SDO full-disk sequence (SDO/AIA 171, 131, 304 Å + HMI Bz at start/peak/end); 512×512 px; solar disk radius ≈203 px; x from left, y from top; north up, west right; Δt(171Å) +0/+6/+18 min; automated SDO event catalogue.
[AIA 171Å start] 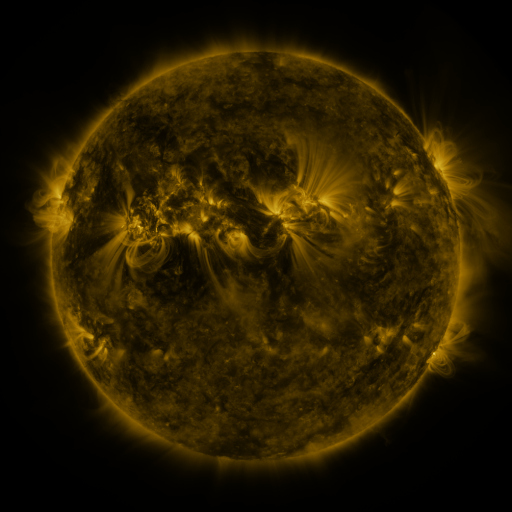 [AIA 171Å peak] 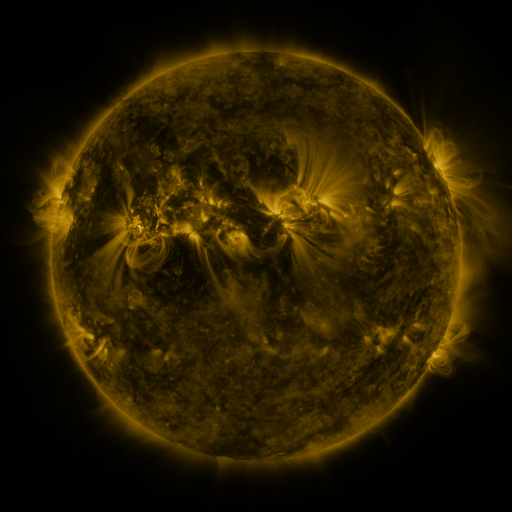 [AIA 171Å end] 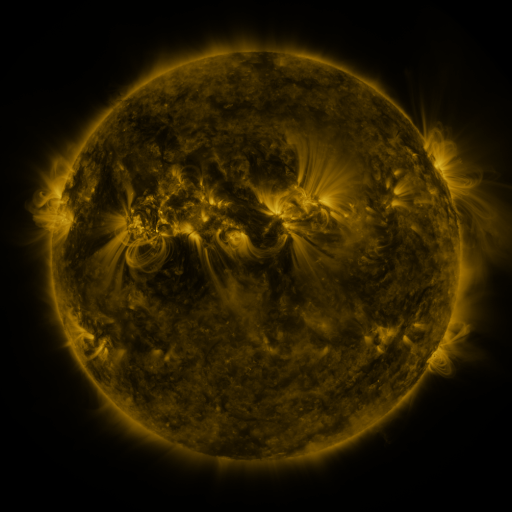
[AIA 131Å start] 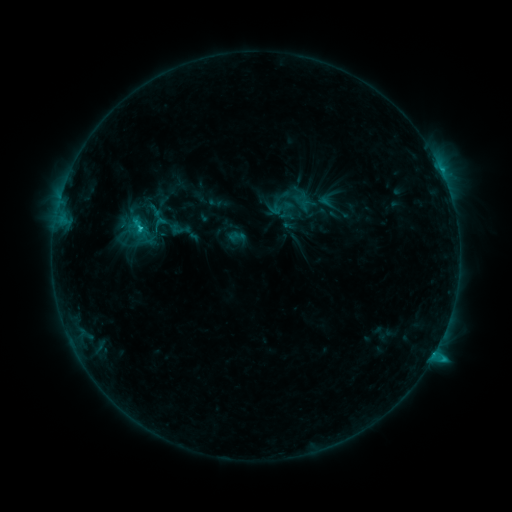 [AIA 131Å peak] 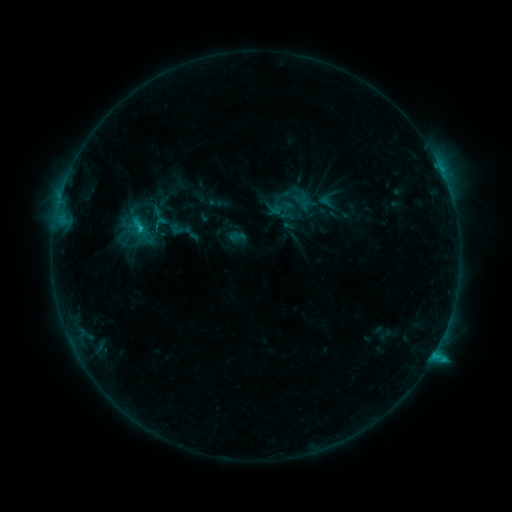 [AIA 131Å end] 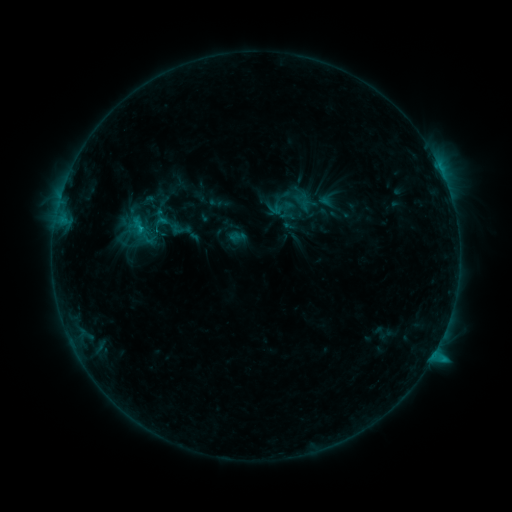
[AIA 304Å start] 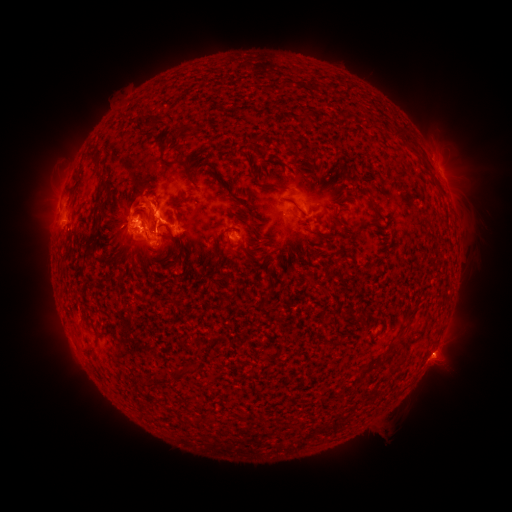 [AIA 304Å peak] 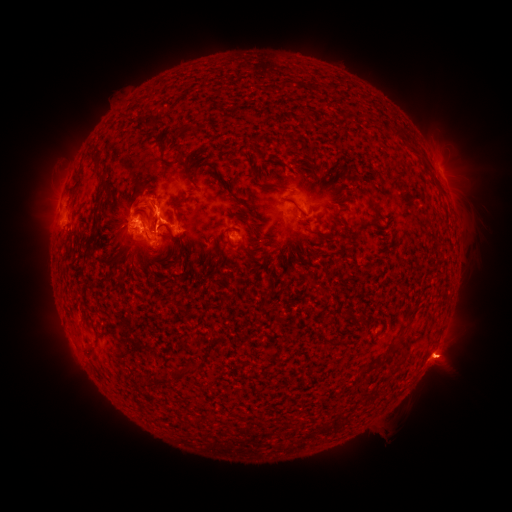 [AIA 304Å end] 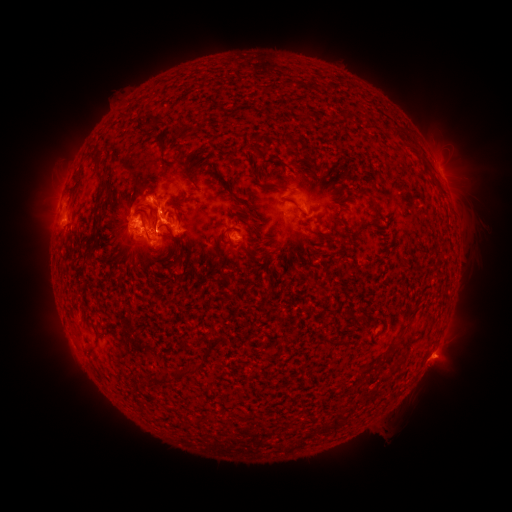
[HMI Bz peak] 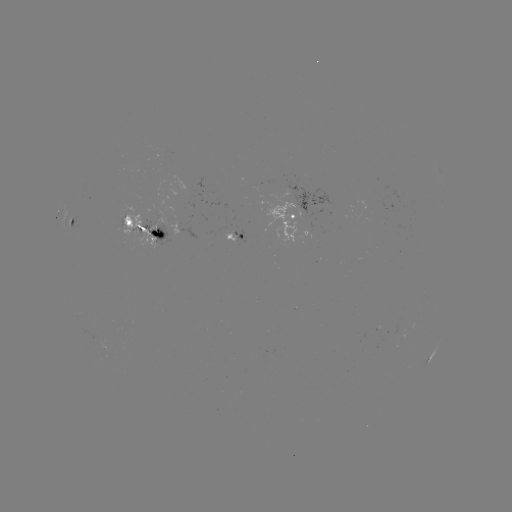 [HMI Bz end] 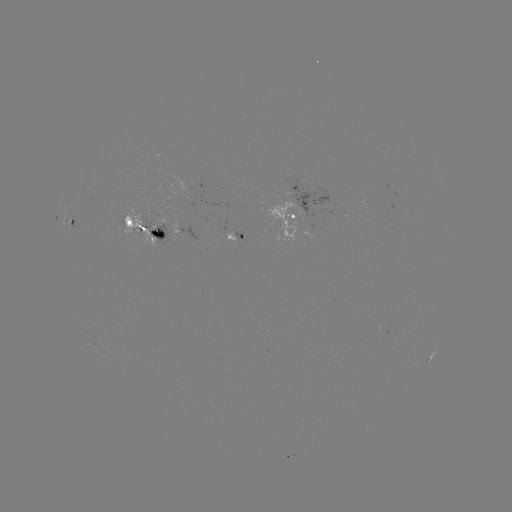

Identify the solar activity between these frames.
eruption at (114, 207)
